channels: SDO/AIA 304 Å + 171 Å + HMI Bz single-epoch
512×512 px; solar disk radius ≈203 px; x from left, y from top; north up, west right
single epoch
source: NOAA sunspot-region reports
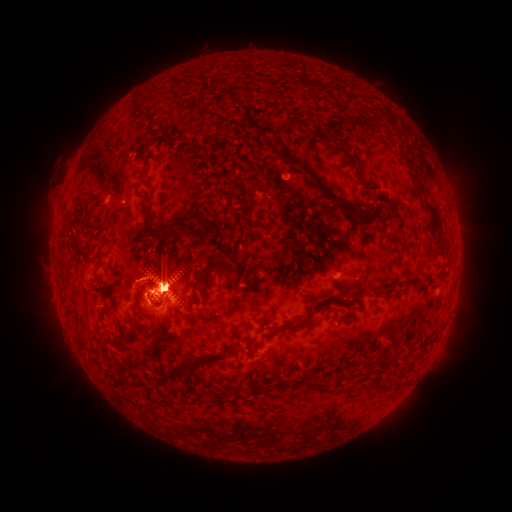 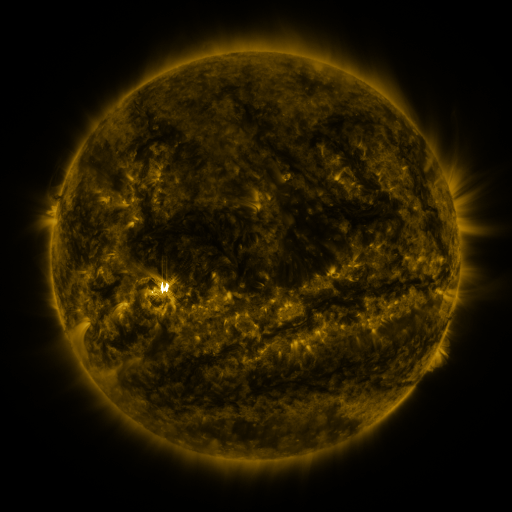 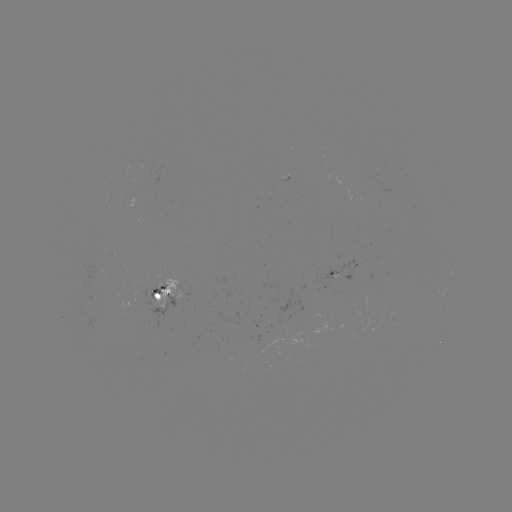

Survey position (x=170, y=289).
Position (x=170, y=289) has spotted active region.